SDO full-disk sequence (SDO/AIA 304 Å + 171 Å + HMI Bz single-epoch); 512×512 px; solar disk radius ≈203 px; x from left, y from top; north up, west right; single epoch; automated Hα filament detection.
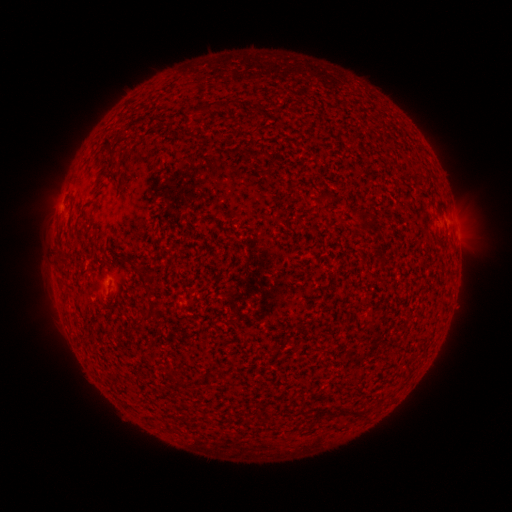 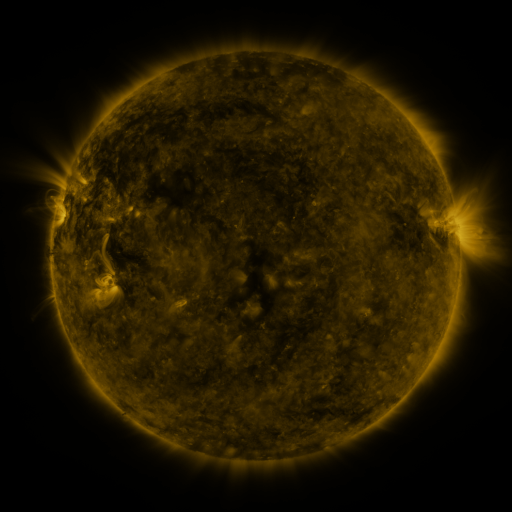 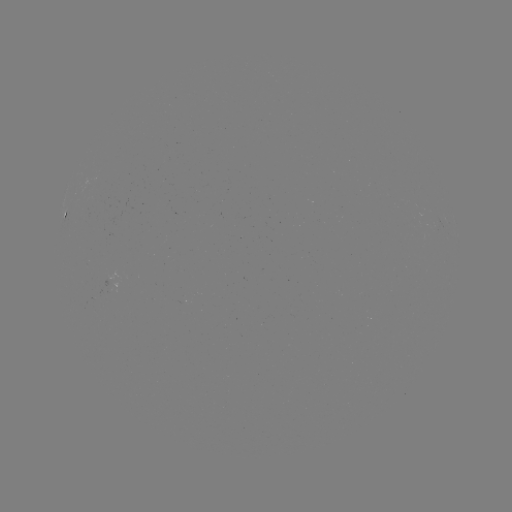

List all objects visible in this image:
filament: (215, 104)
filament: (114, 153)
filament: (330, 195)
filament: (143, 276)
filament: (156, 307)
filament: (354, 411)
filament: (330, 412)
